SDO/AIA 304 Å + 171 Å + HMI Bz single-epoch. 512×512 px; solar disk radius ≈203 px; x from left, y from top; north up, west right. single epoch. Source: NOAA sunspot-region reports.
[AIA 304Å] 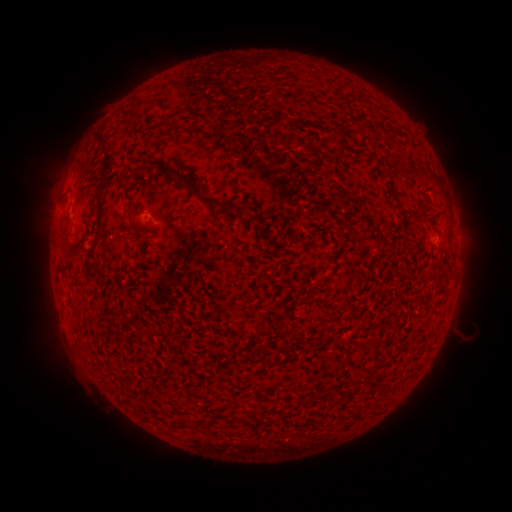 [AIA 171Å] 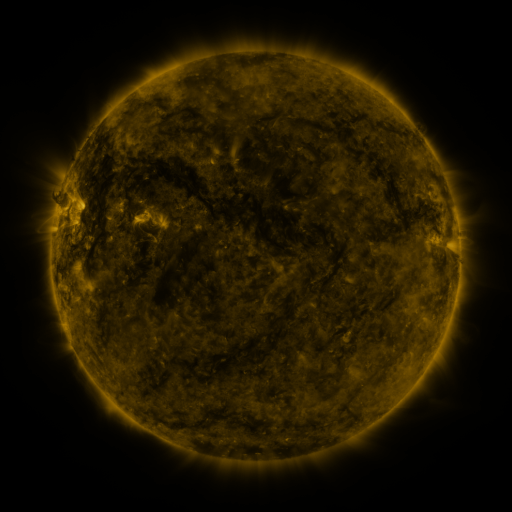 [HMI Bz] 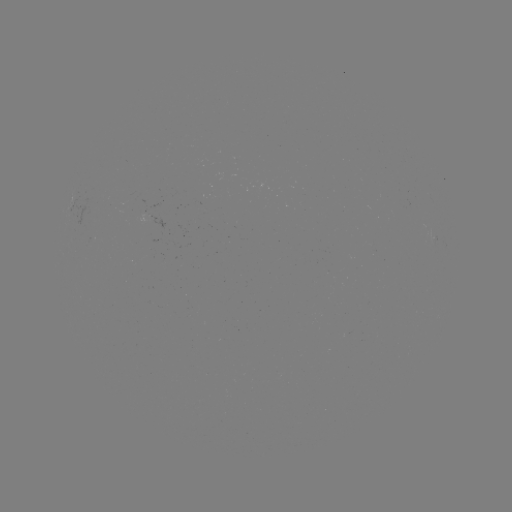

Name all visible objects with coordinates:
(none)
